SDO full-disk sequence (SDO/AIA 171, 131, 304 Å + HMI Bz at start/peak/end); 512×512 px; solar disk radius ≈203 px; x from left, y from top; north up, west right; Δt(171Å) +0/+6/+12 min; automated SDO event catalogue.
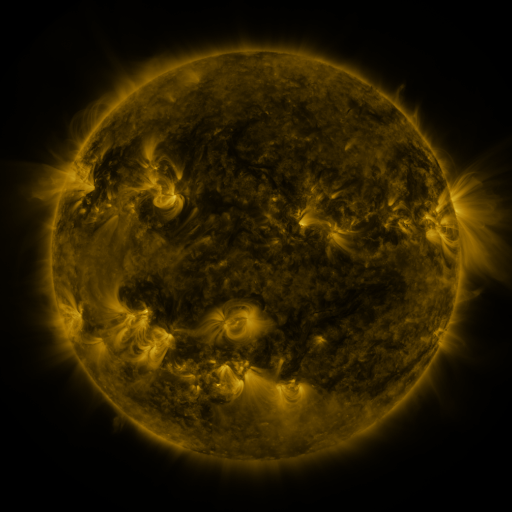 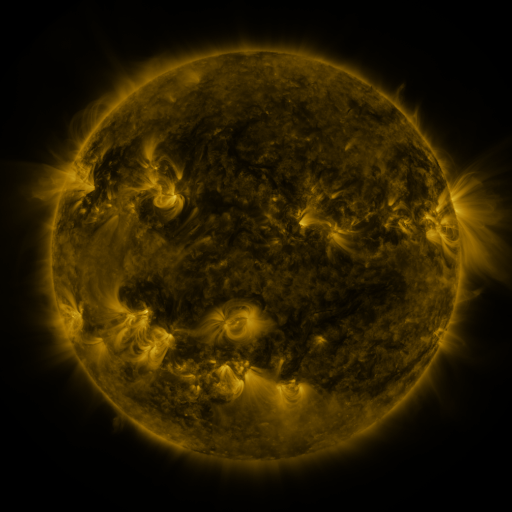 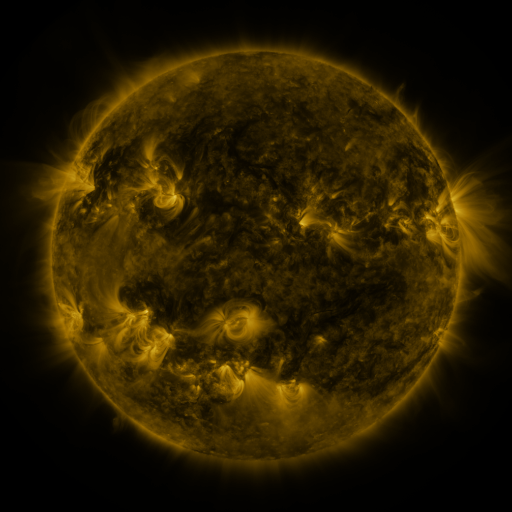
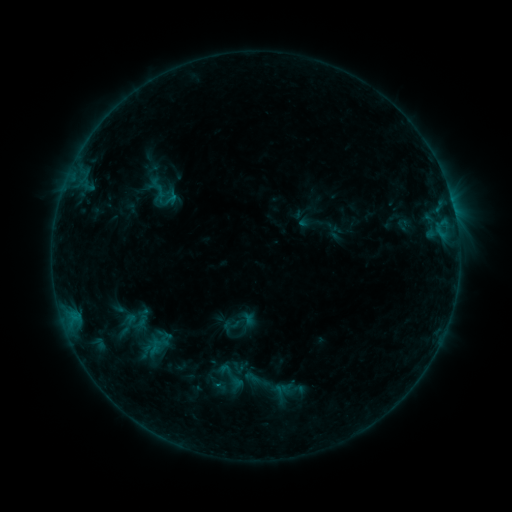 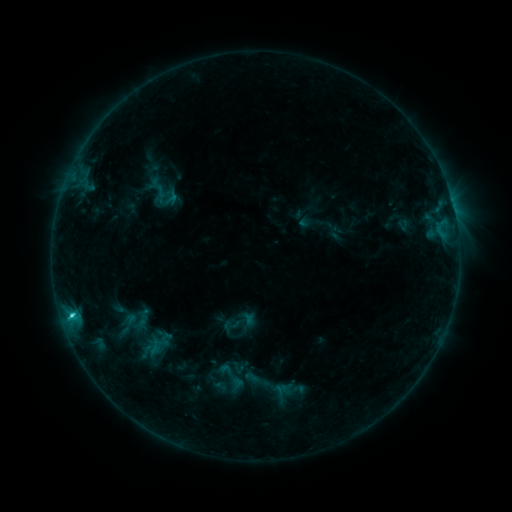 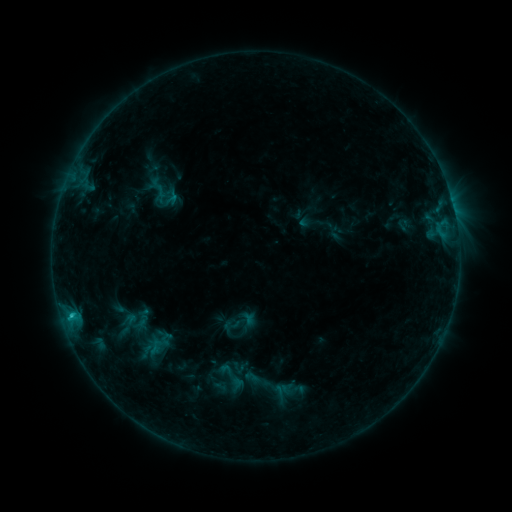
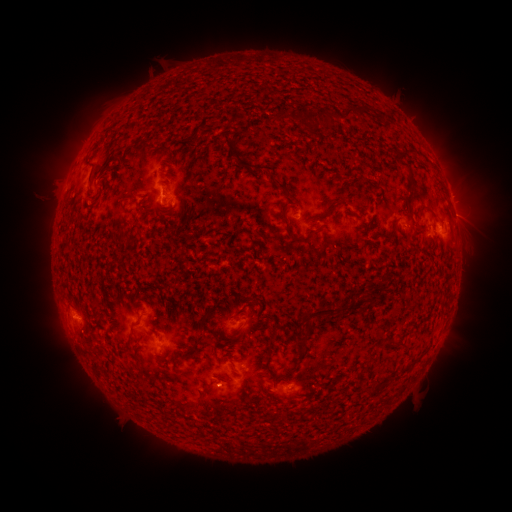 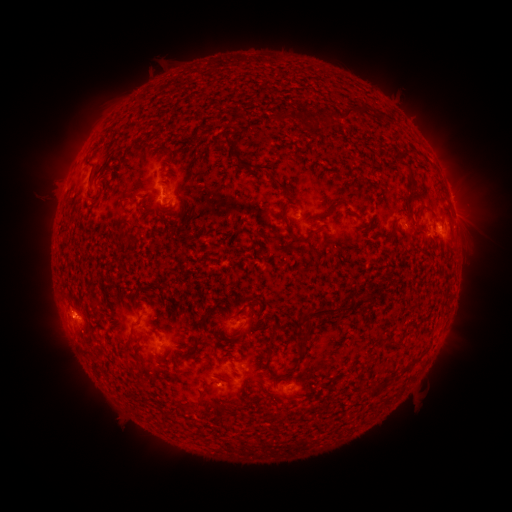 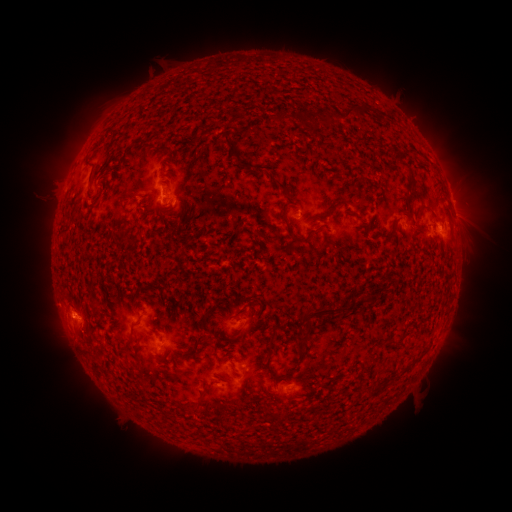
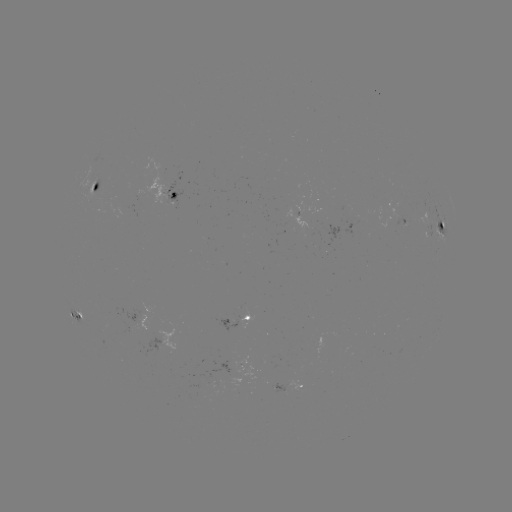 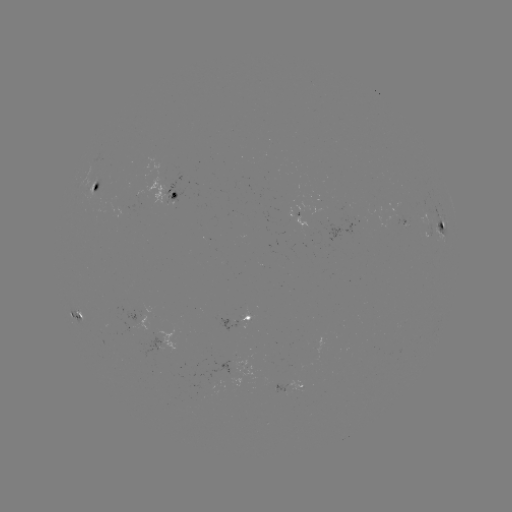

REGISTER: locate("C1.4 flare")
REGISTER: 72,313